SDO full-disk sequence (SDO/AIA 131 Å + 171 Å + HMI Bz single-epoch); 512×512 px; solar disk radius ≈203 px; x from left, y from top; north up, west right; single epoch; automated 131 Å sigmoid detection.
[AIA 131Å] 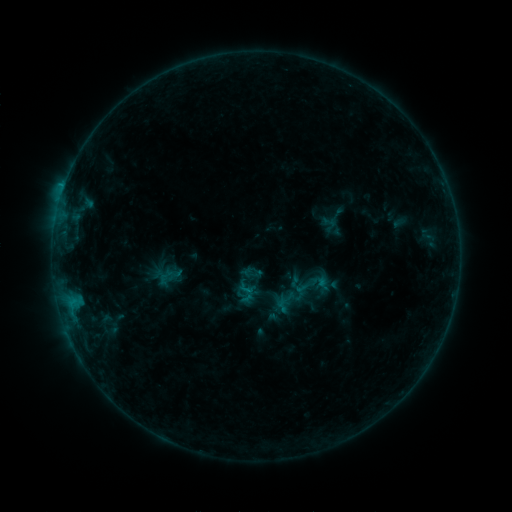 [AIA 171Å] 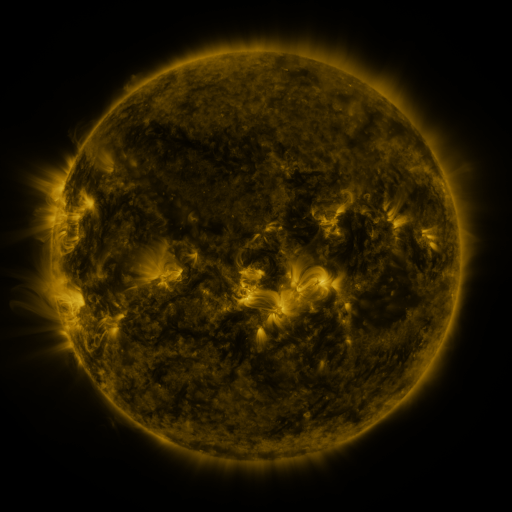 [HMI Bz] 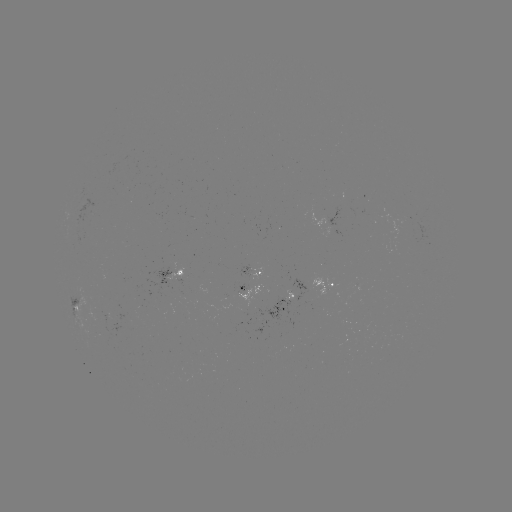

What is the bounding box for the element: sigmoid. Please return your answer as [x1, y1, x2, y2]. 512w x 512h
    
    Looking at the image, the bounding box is [238, 279, 256, 298].